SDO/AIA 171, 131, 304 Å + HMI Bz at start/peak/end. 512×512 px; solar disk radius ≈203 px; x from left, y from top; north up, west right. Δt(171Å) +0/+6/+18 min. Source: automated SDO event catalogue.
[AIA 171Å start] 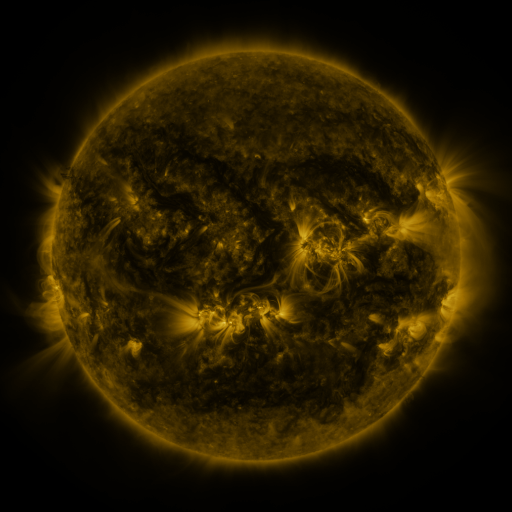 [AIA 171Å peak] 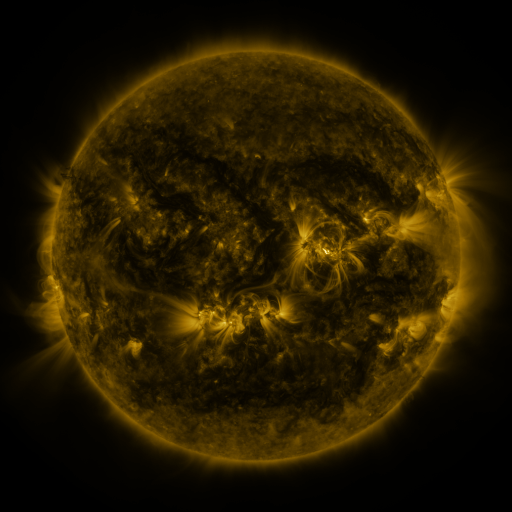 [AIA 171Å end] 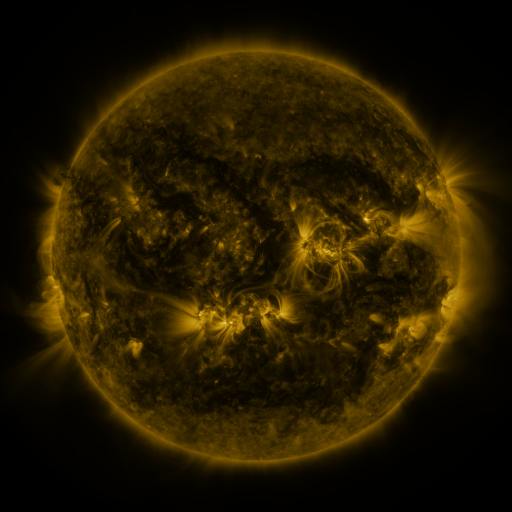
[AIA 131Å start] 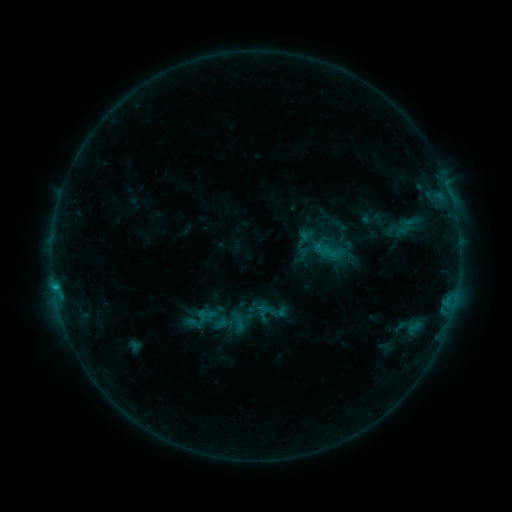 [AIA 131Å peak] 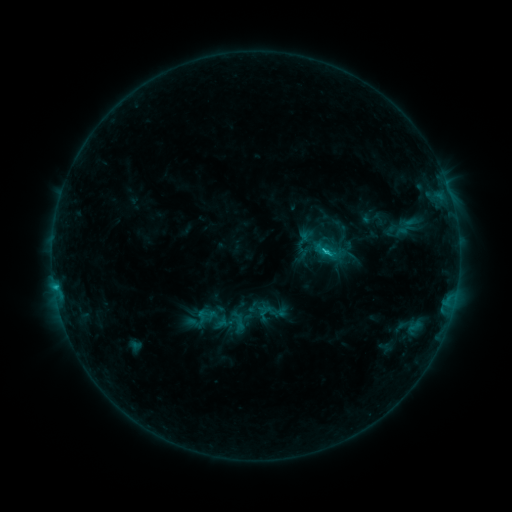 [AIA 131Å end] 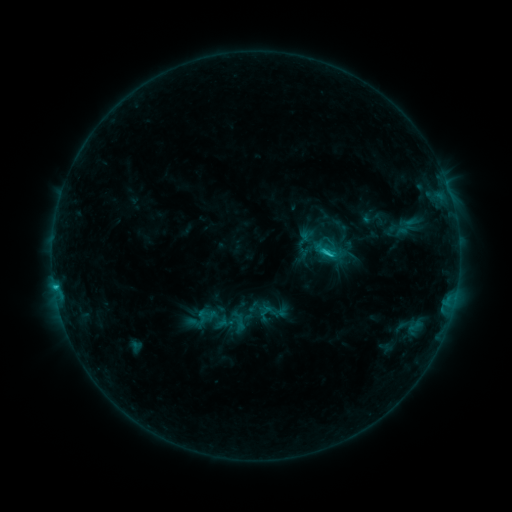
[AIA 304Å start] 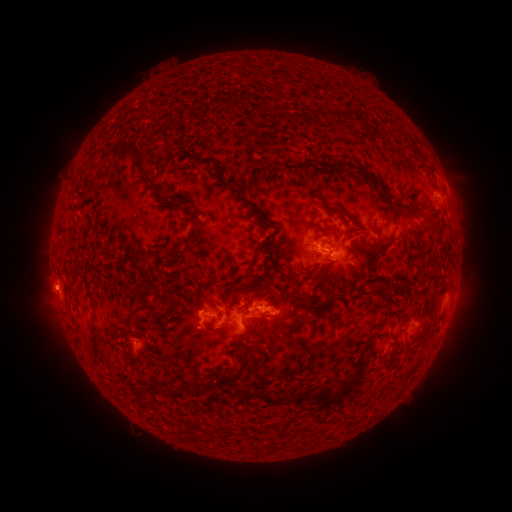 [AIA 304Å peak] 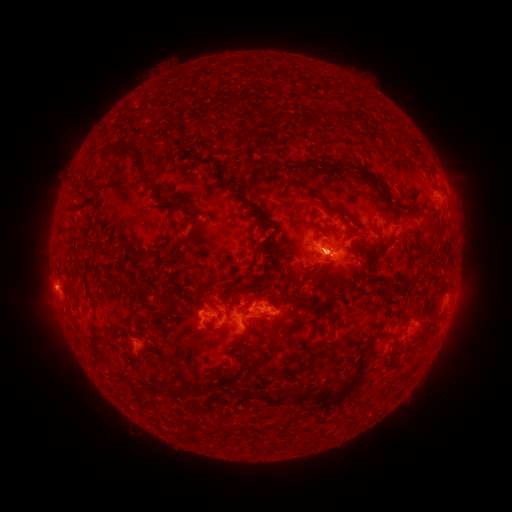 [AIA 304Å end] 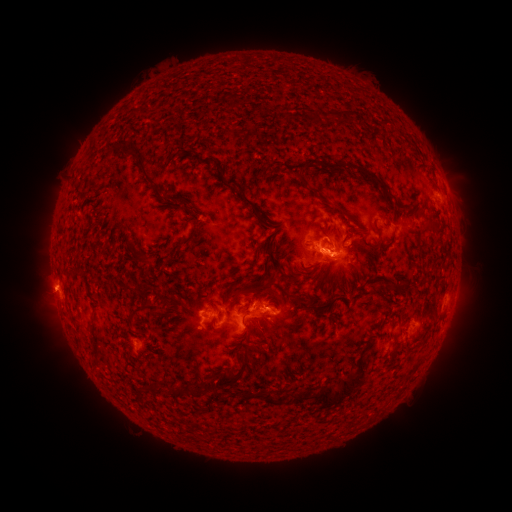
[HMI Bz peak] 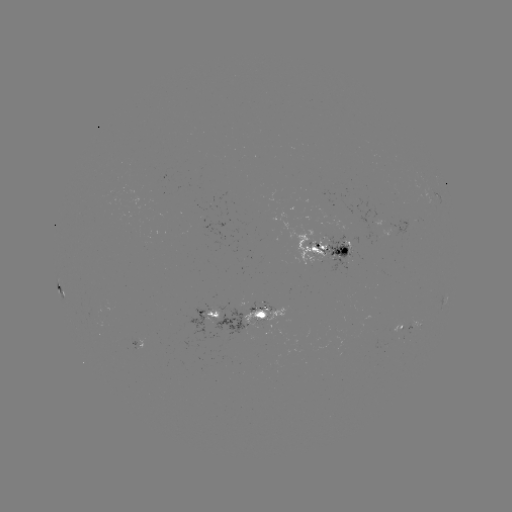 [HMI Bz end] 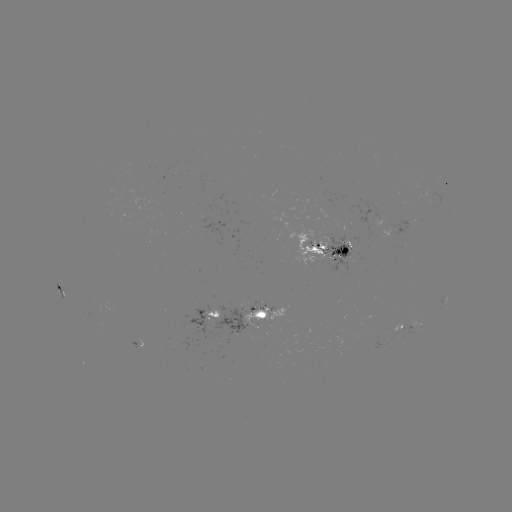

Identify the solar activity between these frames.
C3.3 flare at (325, 255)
